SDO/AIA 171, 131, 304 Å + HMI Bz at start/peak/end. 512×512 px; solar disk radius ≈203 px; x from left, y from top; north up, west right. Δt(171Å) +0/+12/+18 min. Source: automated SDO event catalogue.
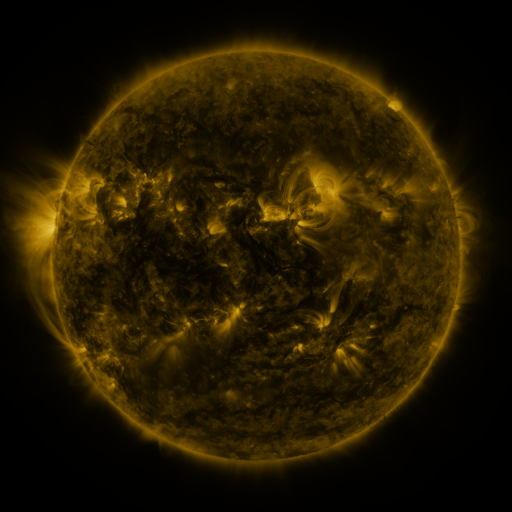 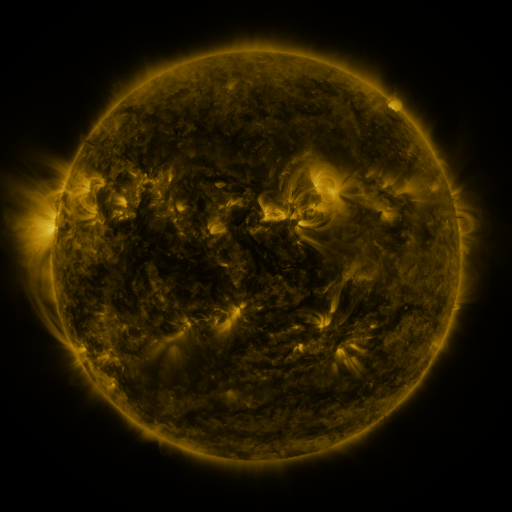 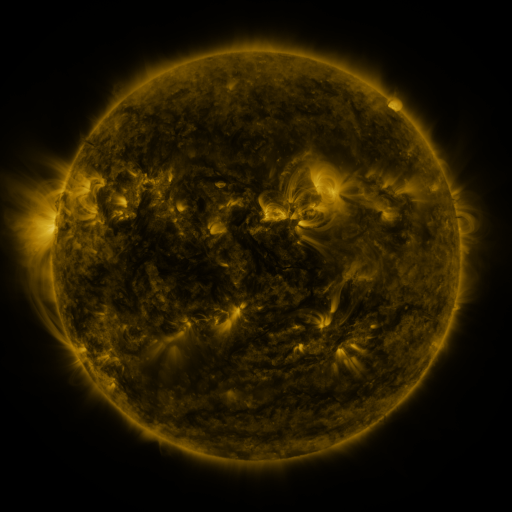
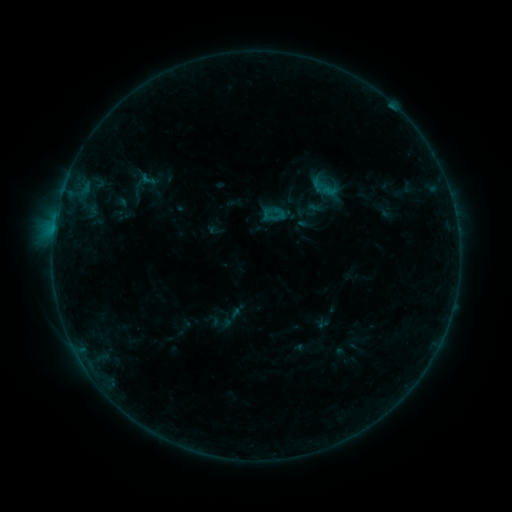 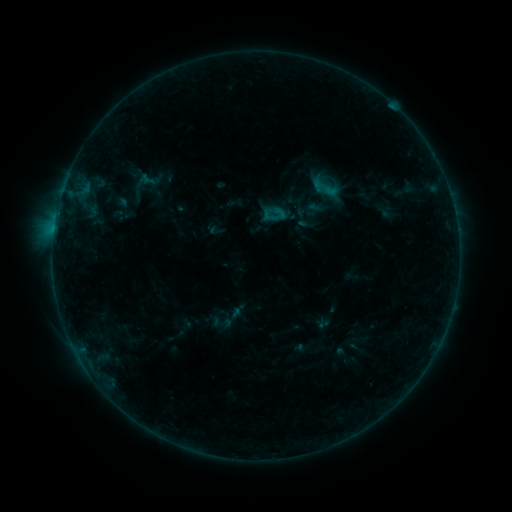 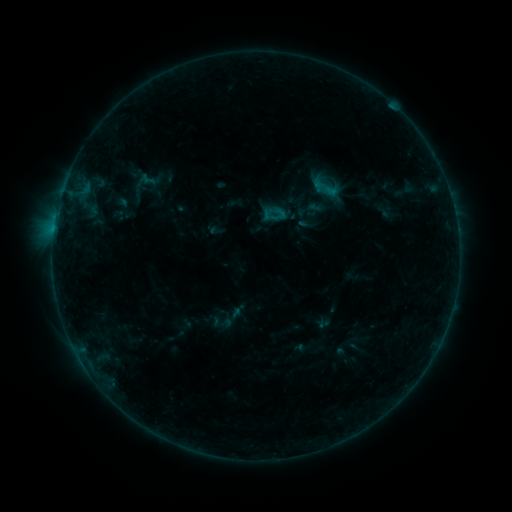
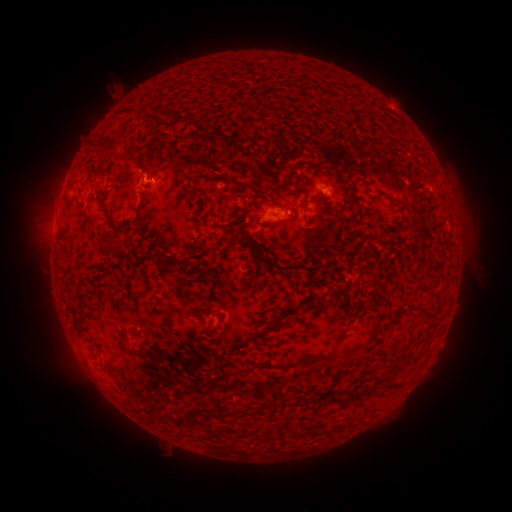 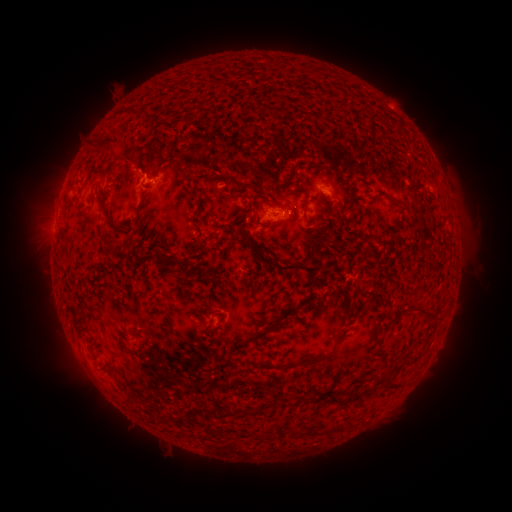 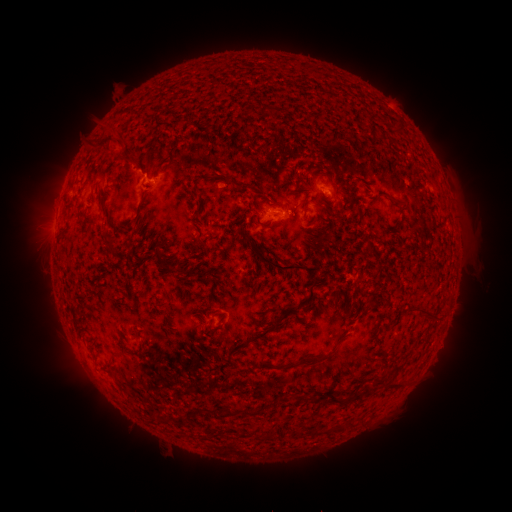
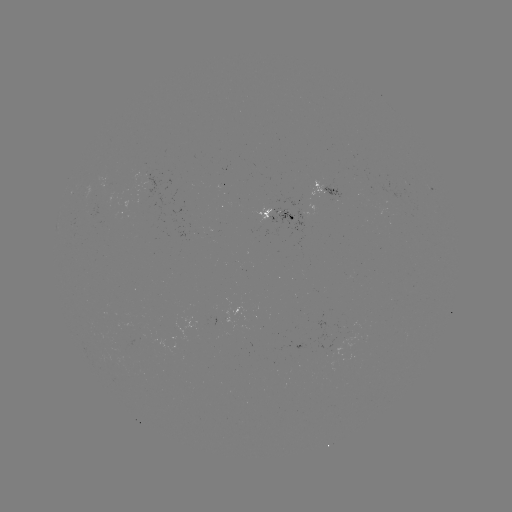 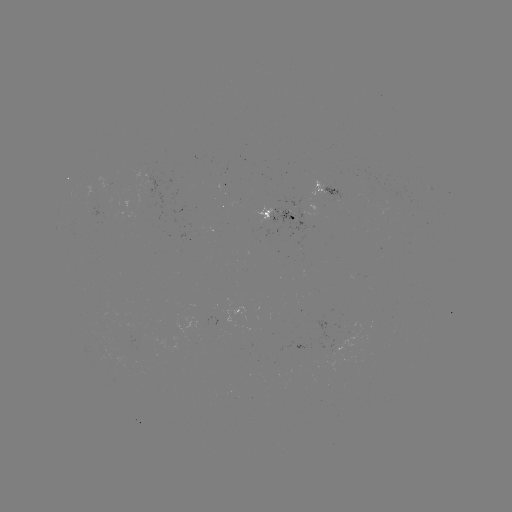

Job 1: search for eruption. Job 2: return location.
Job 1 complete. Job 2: [115, 143].